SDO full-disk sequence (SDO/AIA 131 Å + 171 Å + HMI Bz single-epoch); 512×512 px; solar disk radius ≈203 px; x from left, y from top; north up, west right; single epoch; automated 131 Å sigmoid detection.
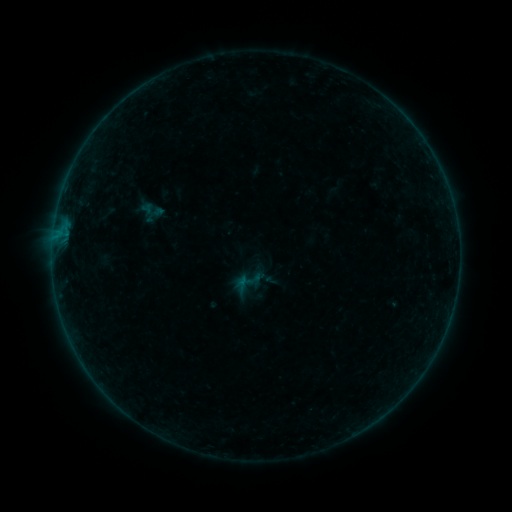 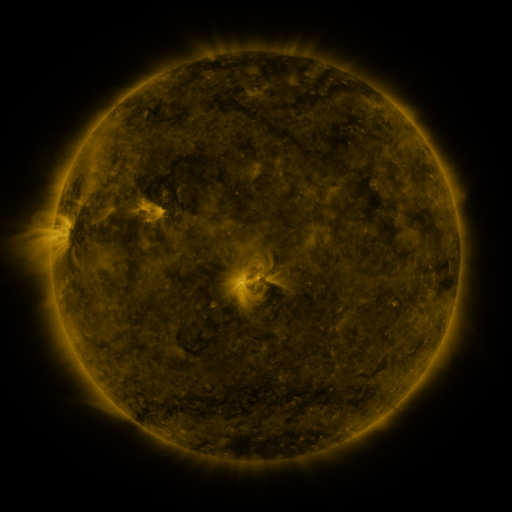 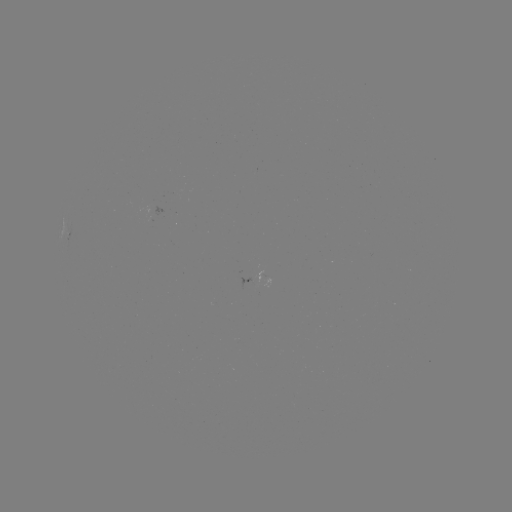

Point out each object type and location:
sigmoid: <bbox>236, 268, 263, 294</bbox>
